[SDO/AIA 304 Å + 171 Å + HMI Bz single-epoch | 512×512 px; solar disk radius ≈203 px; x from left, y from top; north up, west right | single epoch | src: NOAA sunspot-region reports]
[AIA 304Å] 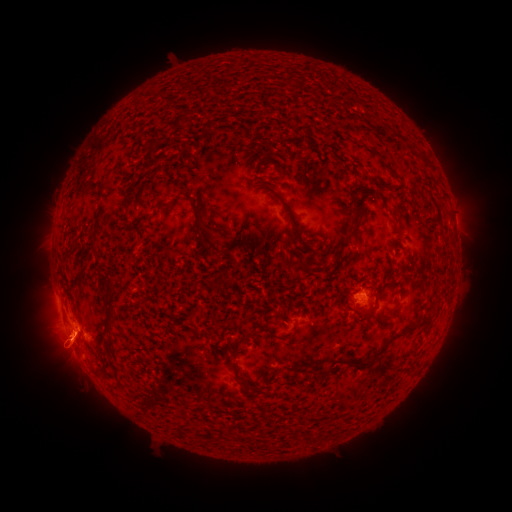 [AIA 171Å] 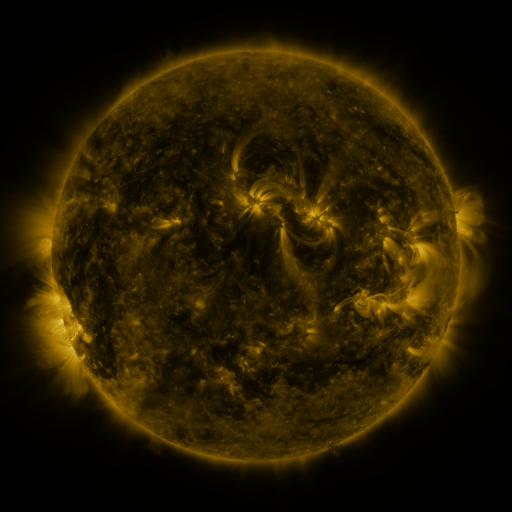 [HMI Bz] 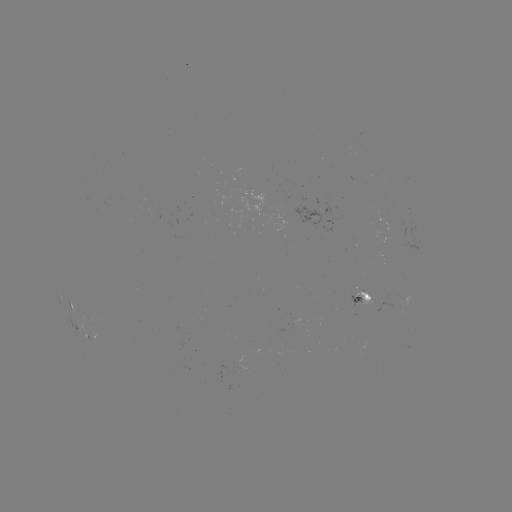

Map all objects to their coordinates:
spotted active region: (362, 297)
spotted active region: (73, 302)
spotted active region: (92, 336)
